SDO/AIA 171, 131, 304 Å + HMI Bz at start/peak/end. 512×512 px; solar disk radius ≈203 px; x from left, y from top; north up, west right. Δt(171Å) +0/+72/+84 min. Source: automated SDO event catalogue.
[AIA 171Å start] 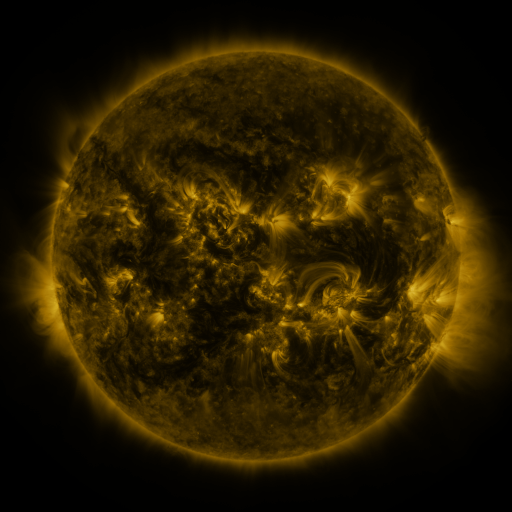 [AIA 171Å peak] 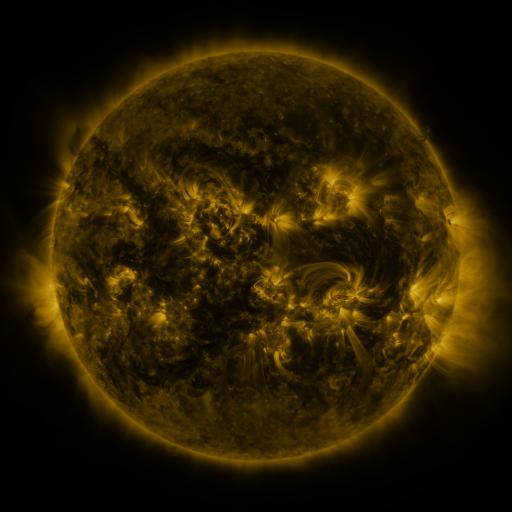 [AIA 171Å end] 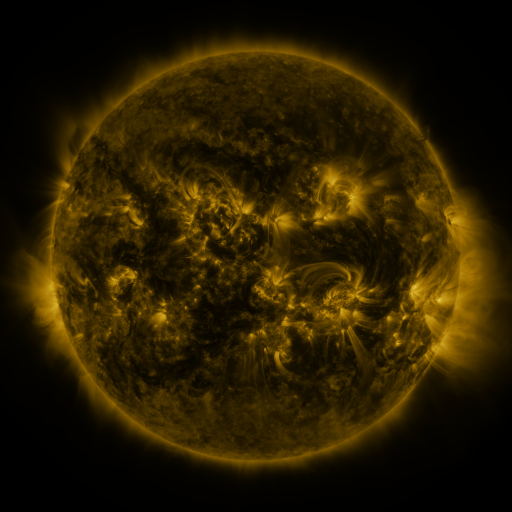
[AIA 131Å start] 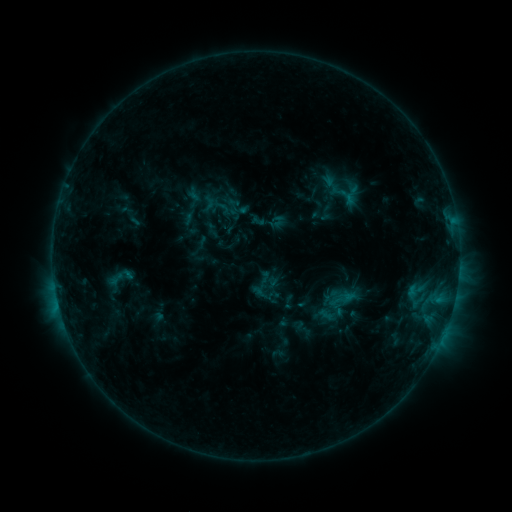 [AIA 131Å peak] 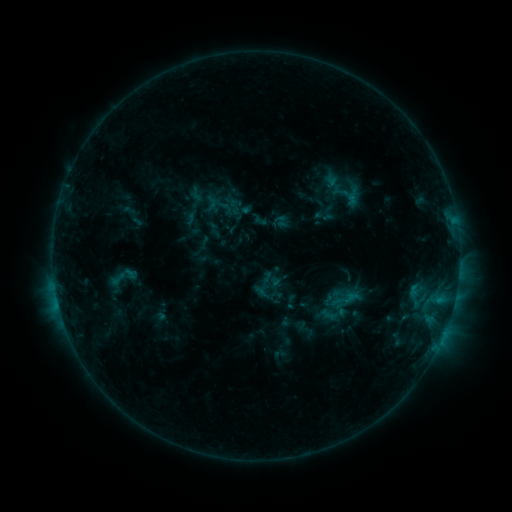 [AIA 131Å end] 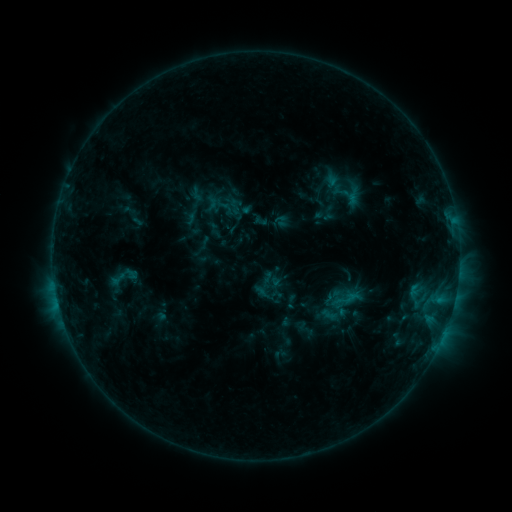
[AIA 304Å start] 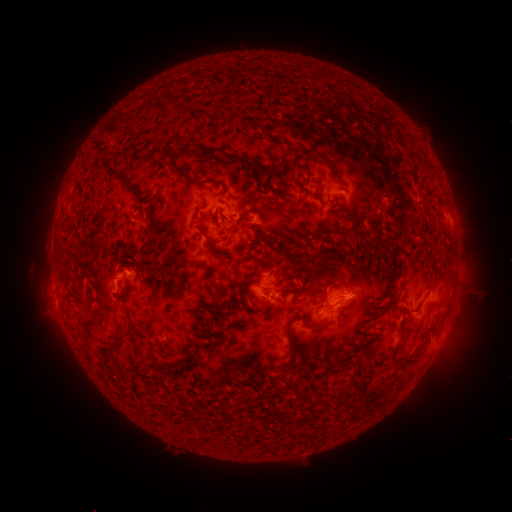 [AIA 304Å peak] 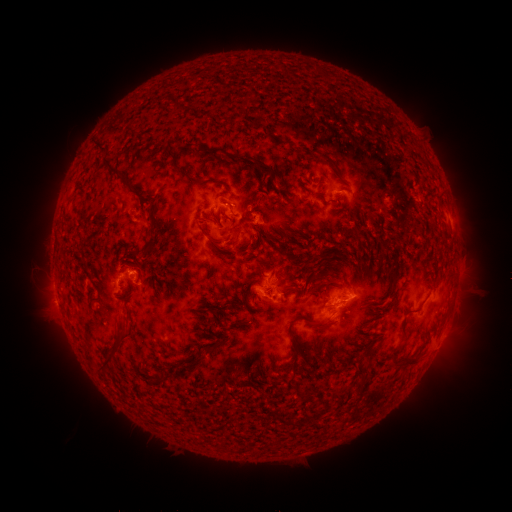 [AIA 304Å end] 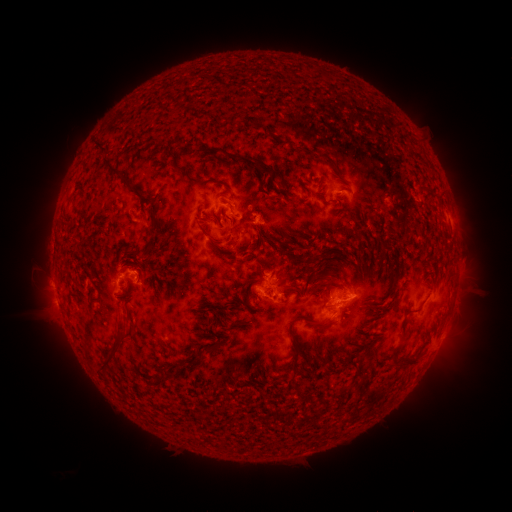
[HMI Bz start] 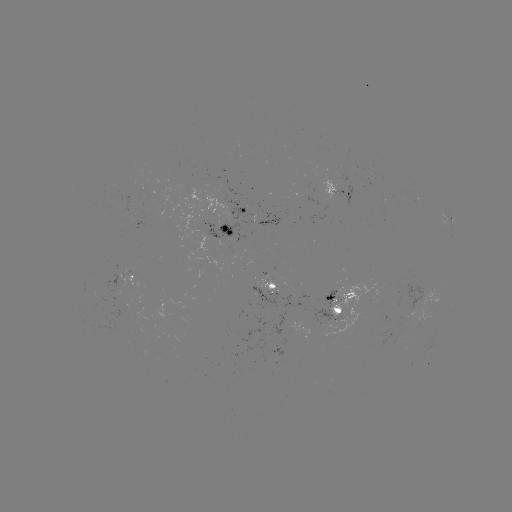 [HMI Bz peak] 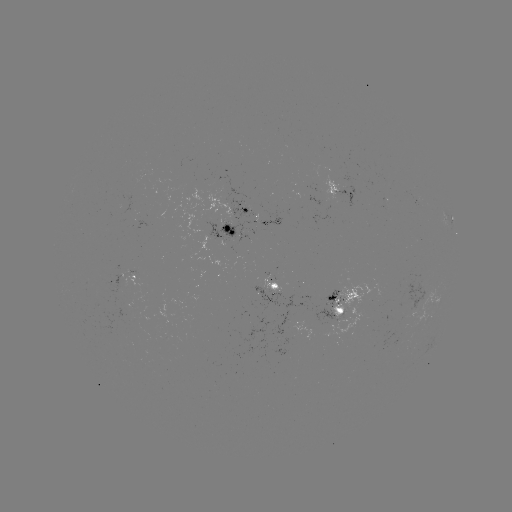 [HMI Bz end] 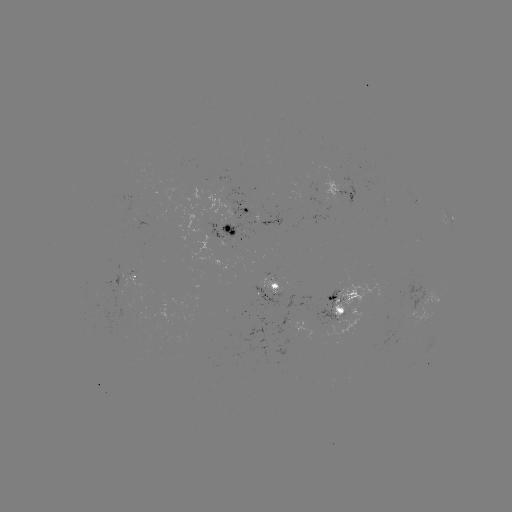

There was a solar emerging-flux region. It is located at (242, 227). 